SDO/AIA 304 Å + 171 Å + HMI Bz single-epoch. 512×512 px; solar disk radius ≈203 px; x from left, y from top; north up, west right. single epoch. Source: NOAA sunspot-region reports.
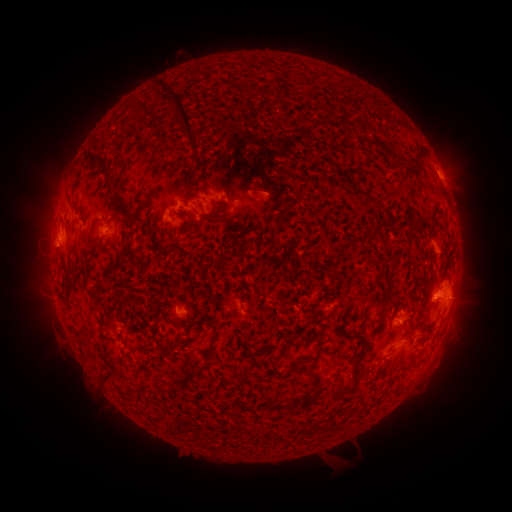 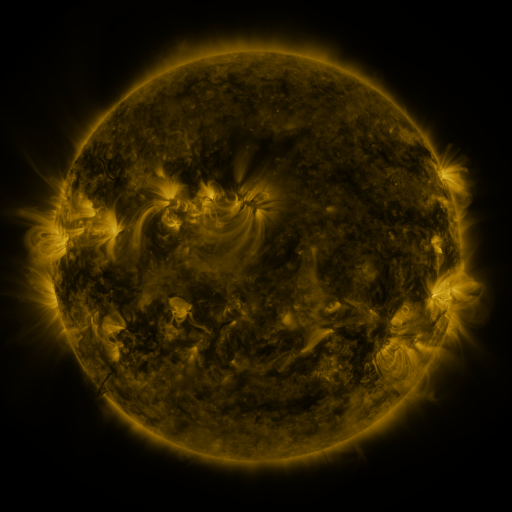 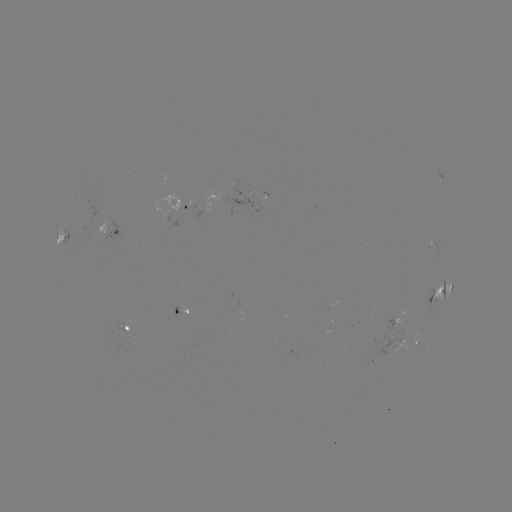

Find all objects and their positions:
spotted active region: (441, 179)
spotted active region: (186, 211)
spotted active region: (202, 211)
spotted active region: (107, 230)
spotted active region: (67, 238)
spotted active region: (435, 247)
spotted active region: (444, 291)
spotted active region: (180, 309)
spotted active region: (405, 314)
spotted active region: (128, 329)
spotted active region: (401, 340)
spotted active region: (418, 344)
